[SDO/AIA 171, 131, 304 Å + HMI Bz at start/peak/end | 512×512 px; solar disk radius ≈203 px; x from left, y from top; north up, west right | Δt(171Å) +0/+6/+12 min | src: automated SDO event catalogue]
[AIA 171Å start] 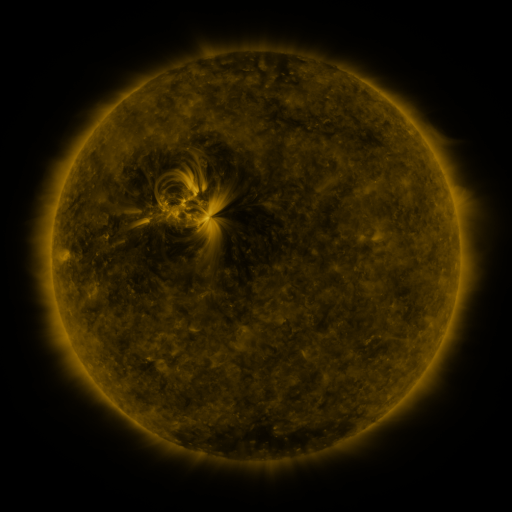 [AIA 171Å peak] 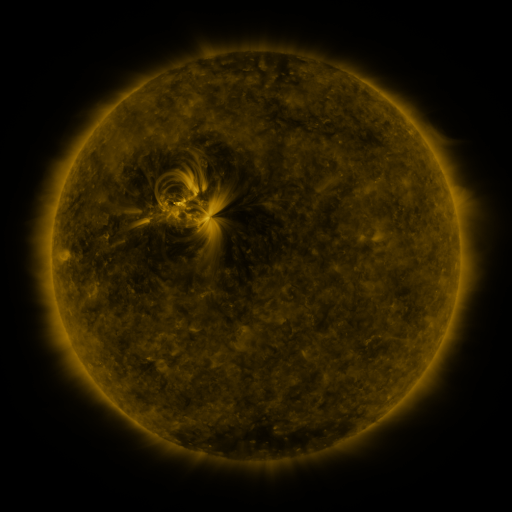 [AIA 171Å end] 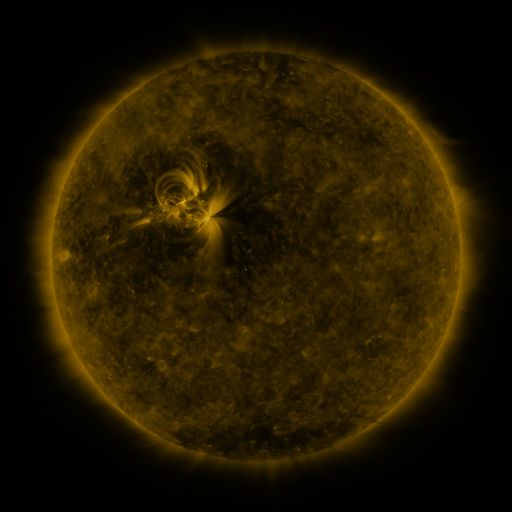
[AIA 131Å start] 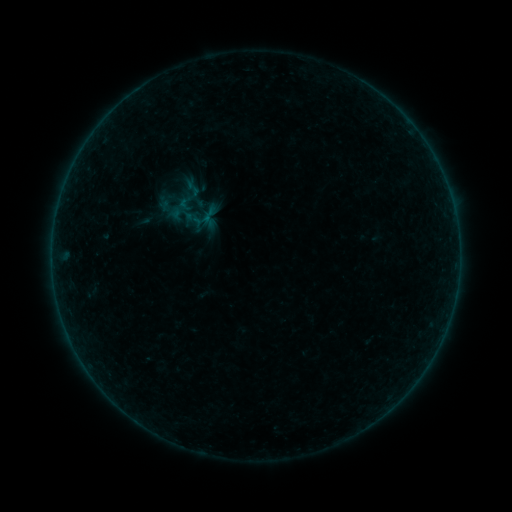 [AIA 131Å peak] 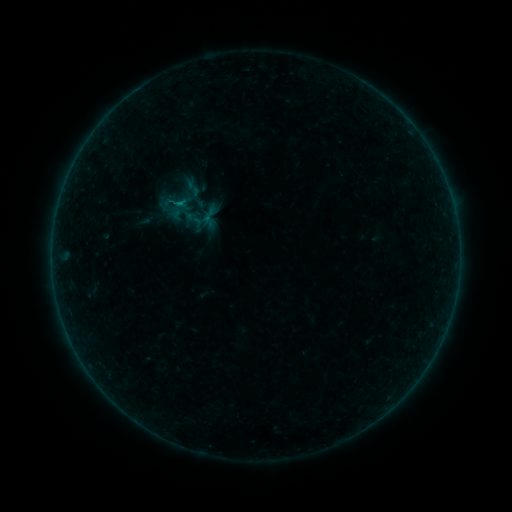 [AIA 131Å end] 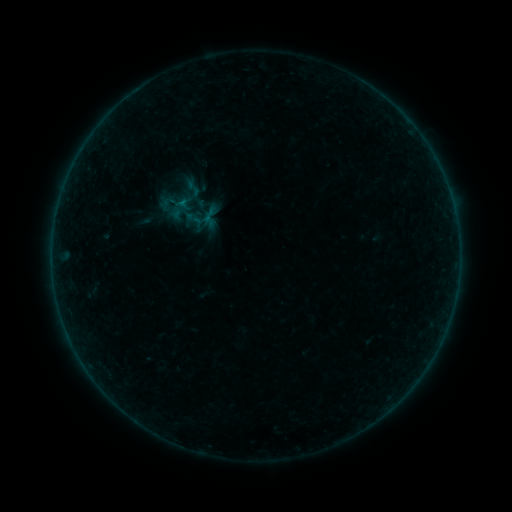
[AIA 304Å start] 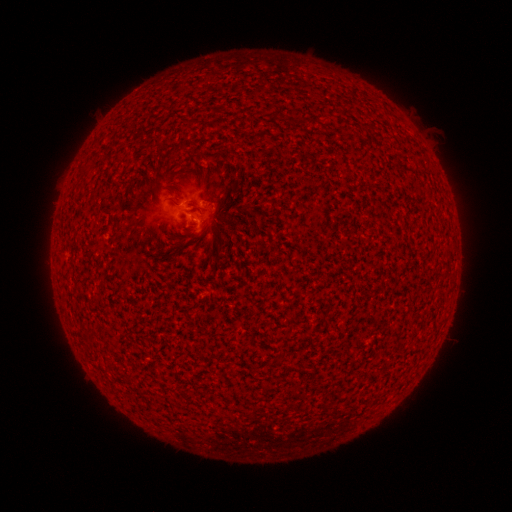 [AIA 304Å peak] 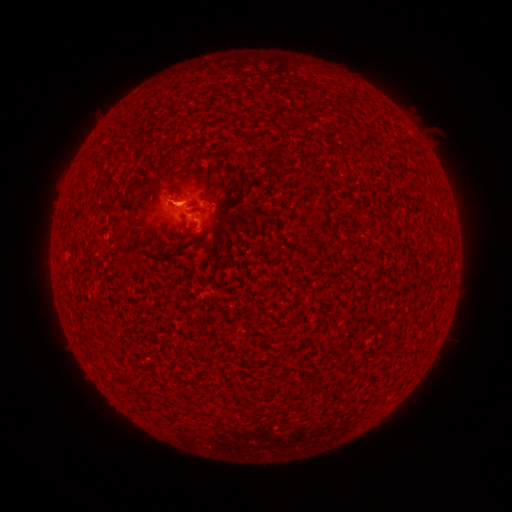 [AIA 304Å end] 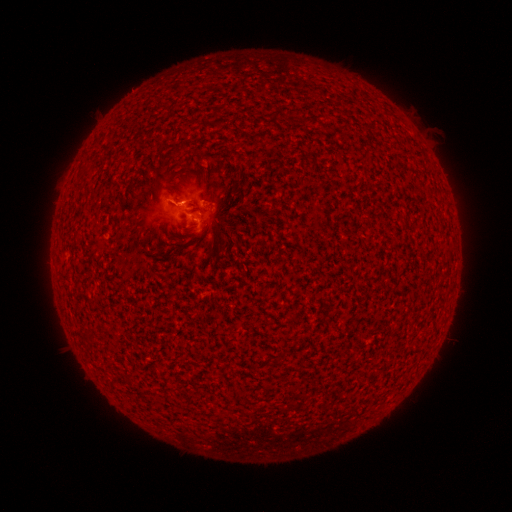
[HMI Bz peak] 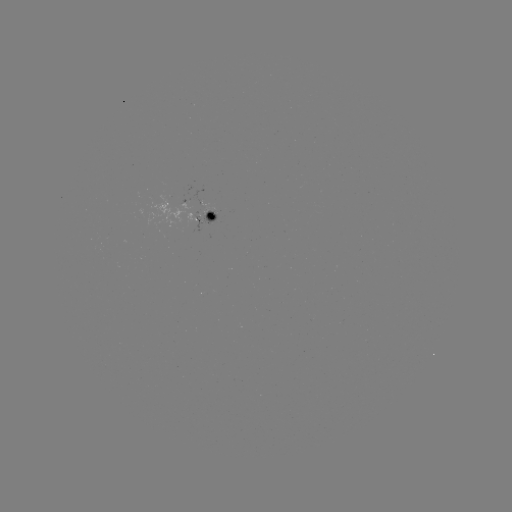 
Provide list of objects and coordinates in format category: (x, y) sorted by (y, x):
B1.7 flare: (180, 205)
